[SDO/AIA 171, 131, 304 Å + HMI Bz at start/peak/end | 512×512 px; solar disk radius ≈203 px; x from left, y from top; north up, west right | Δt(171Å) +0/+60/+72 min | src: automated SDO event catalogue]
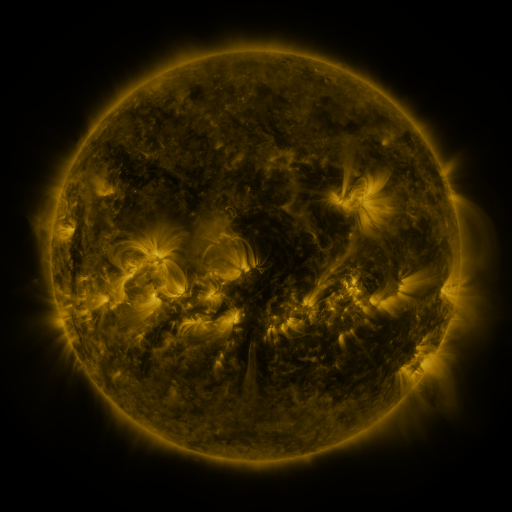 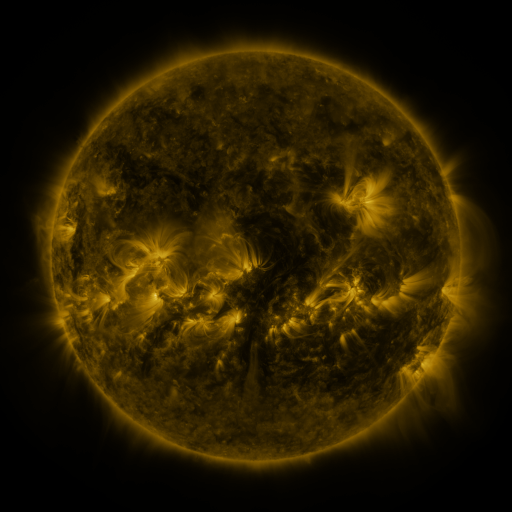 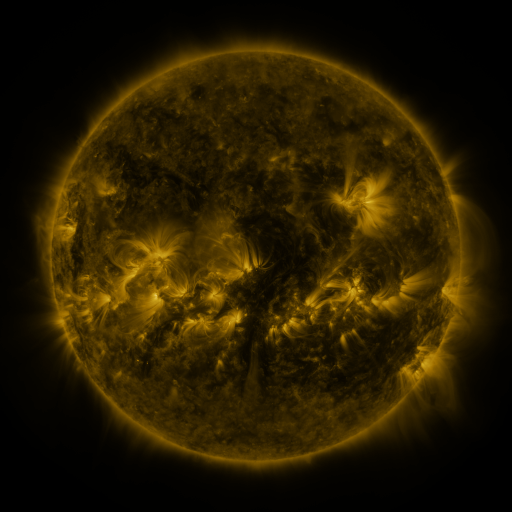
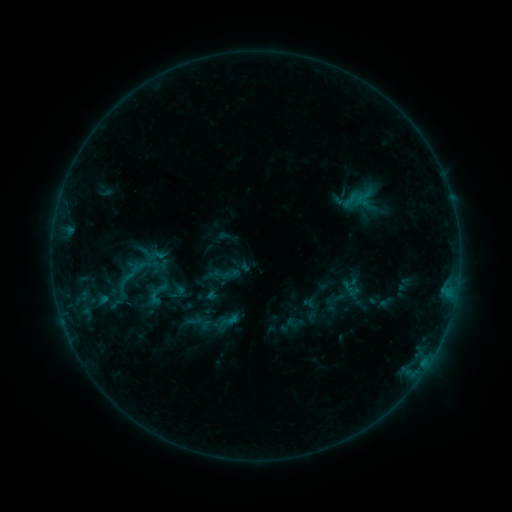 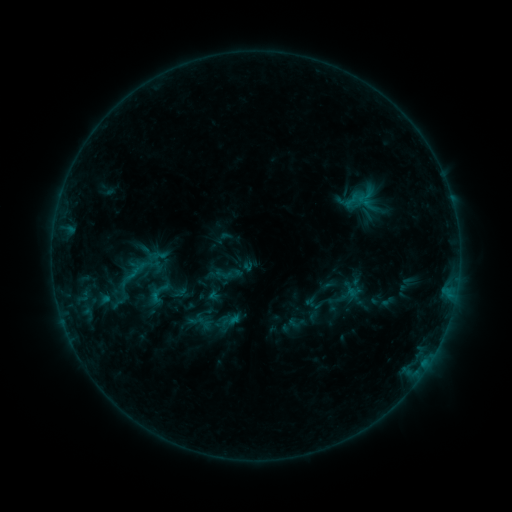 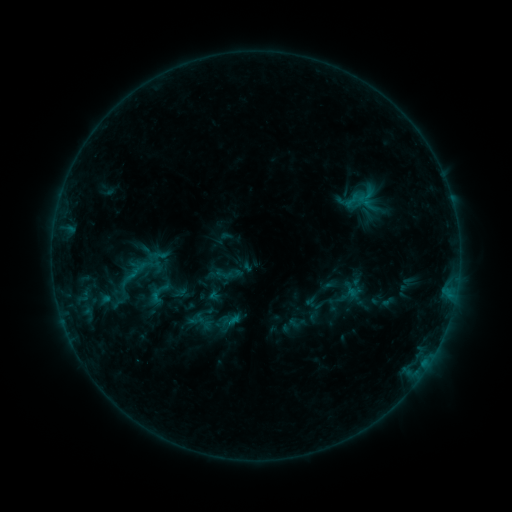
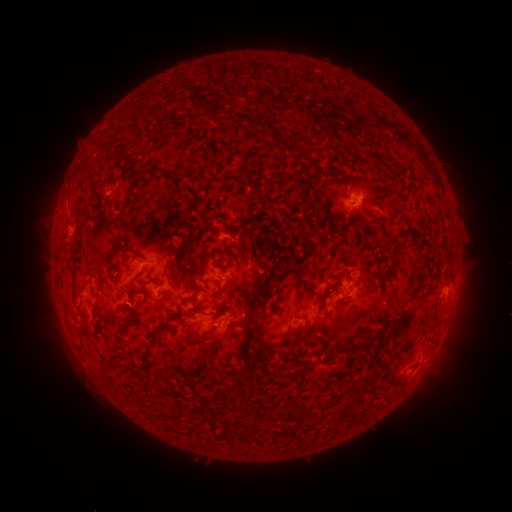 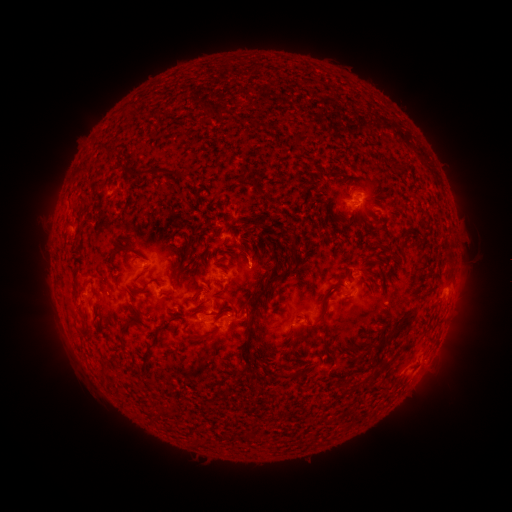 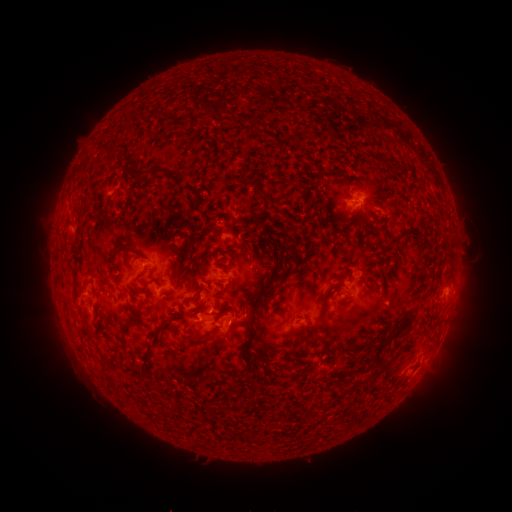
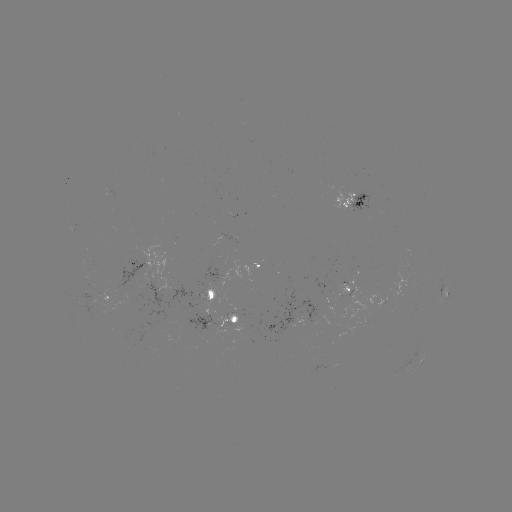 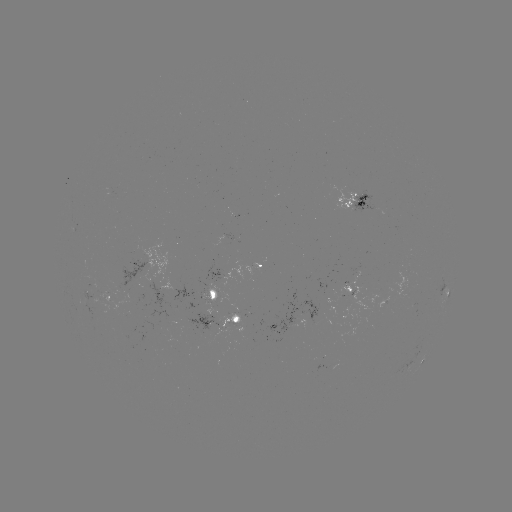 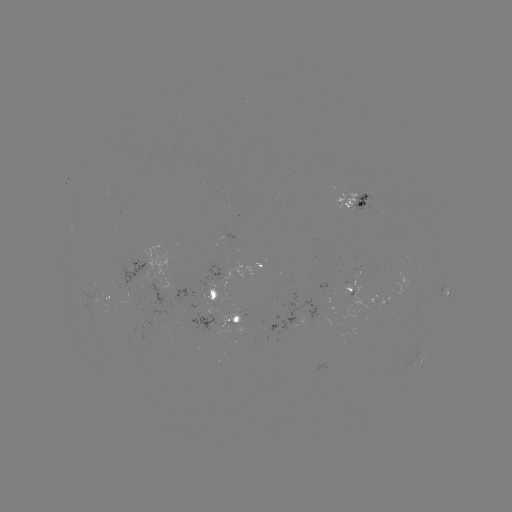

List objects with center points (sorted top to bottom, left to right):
emerging-flux region: (93, 306)
